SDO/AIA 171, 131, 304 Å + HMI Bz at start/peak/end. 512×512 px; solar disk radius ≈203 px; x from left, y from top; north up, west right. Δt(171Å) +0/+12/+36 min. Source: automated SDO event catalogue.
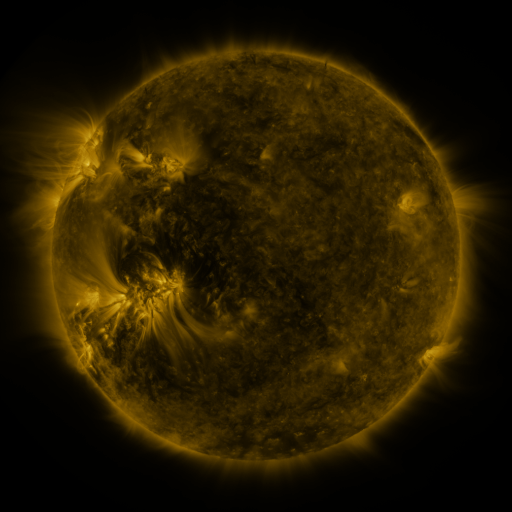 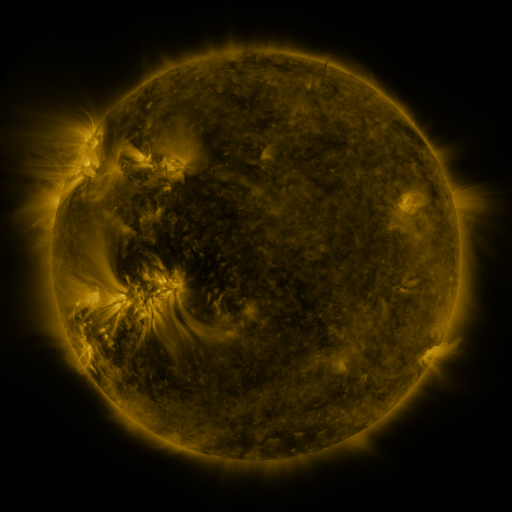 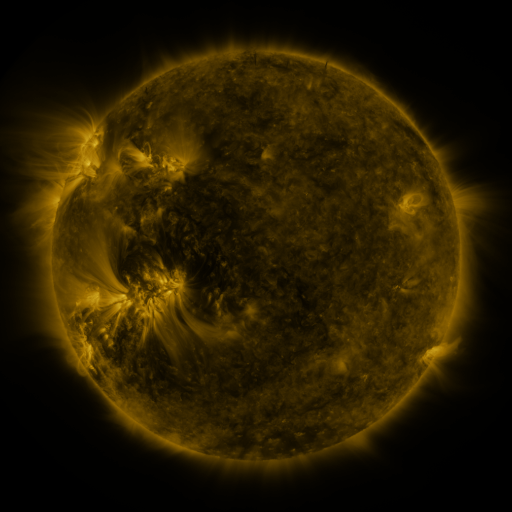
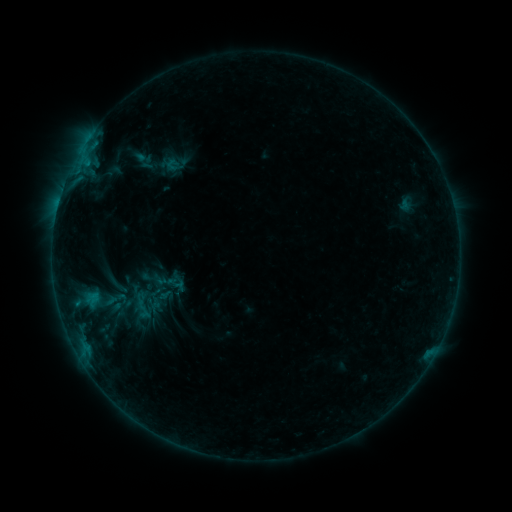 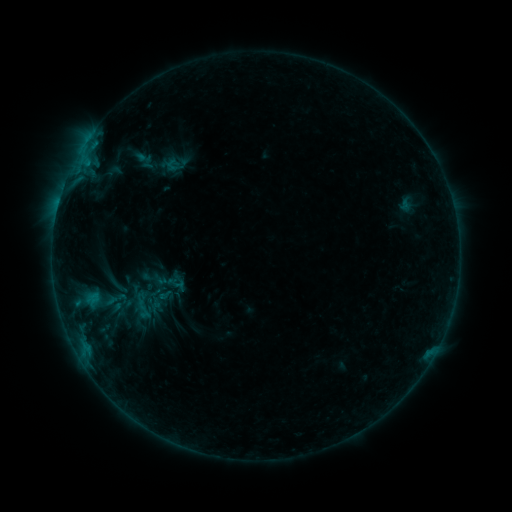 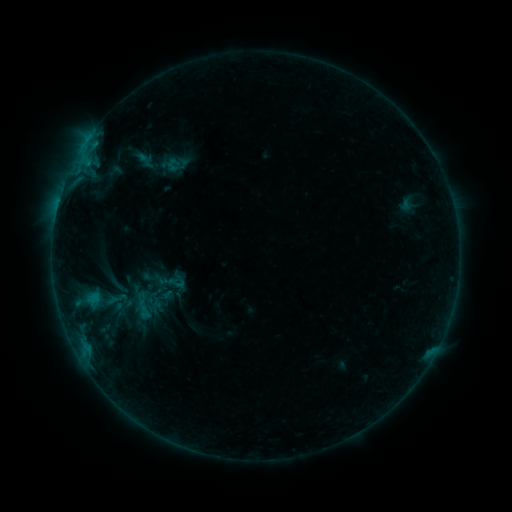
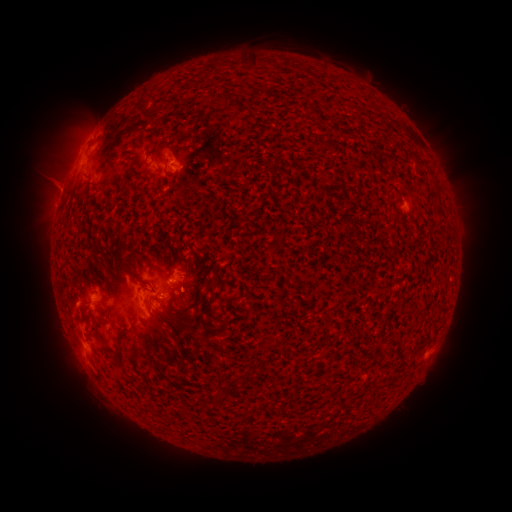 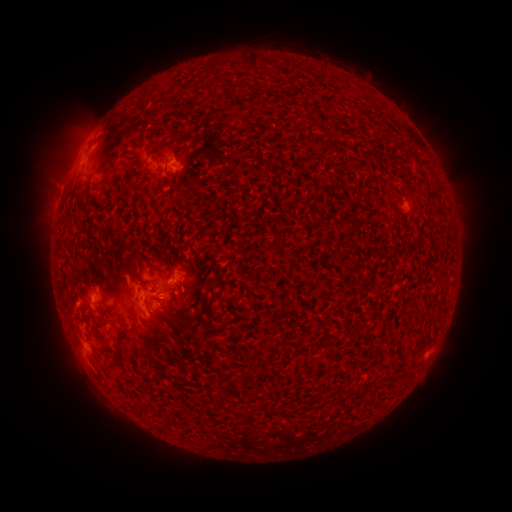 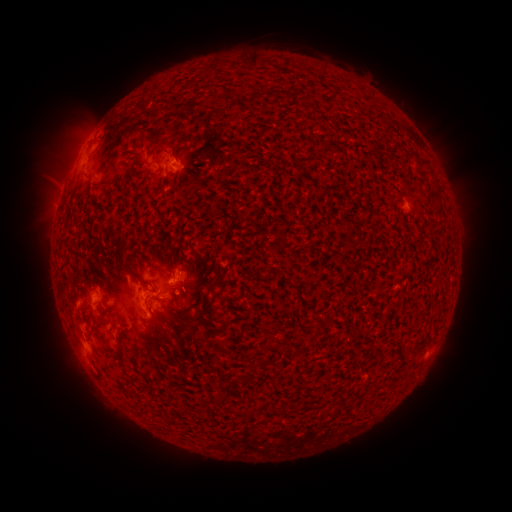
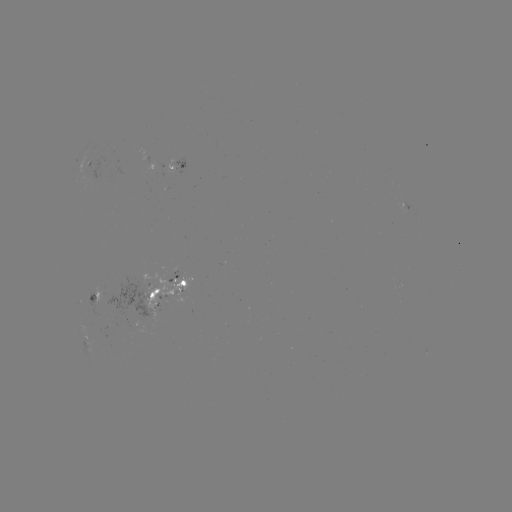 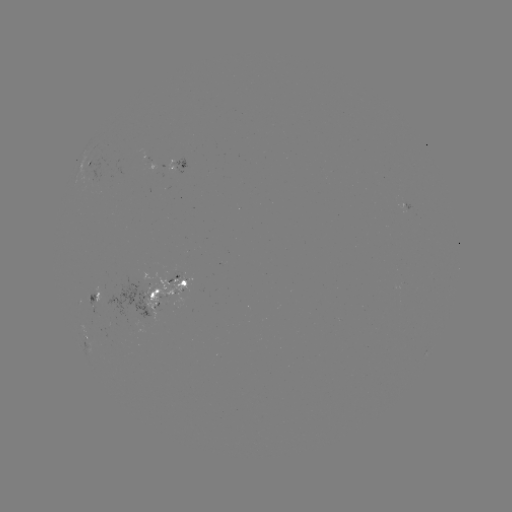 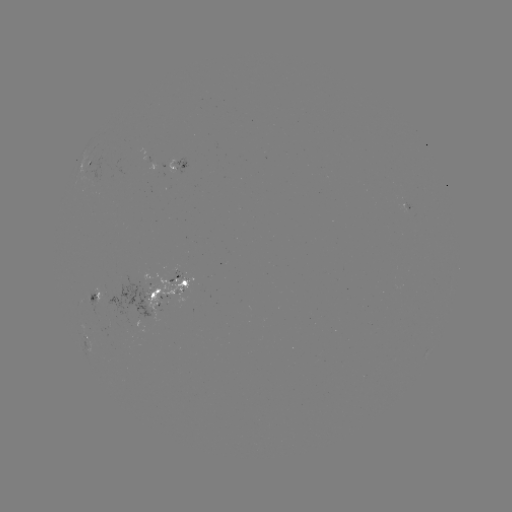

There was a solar emerging-flux region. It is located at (158, 290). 